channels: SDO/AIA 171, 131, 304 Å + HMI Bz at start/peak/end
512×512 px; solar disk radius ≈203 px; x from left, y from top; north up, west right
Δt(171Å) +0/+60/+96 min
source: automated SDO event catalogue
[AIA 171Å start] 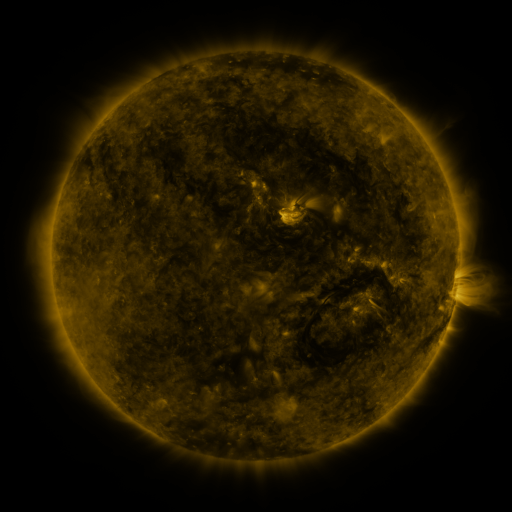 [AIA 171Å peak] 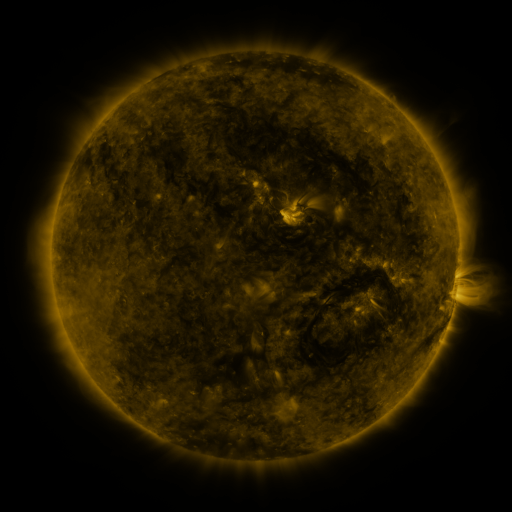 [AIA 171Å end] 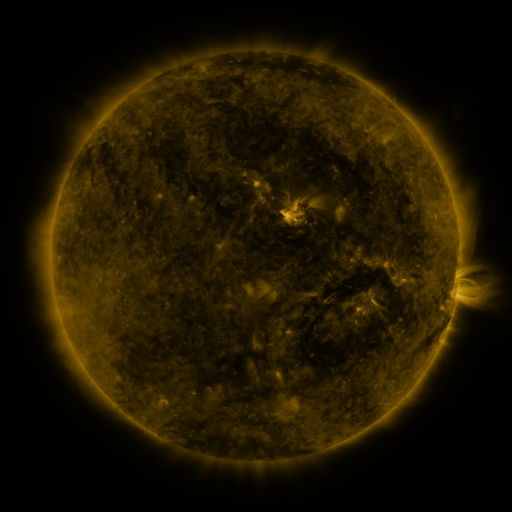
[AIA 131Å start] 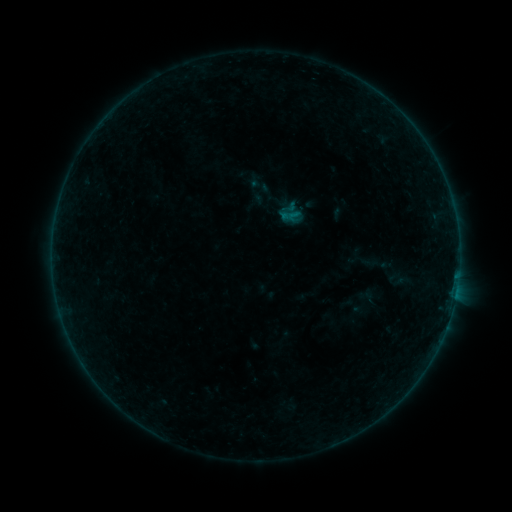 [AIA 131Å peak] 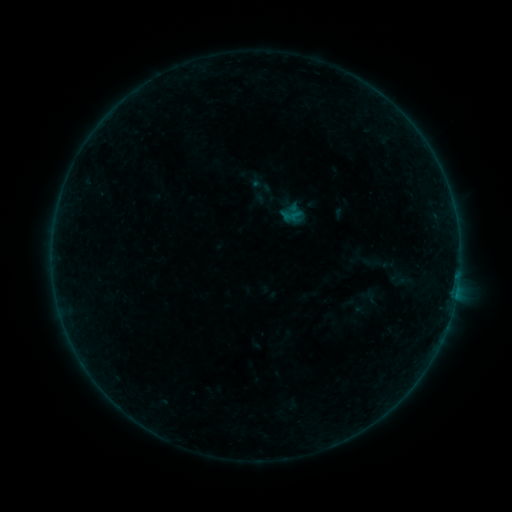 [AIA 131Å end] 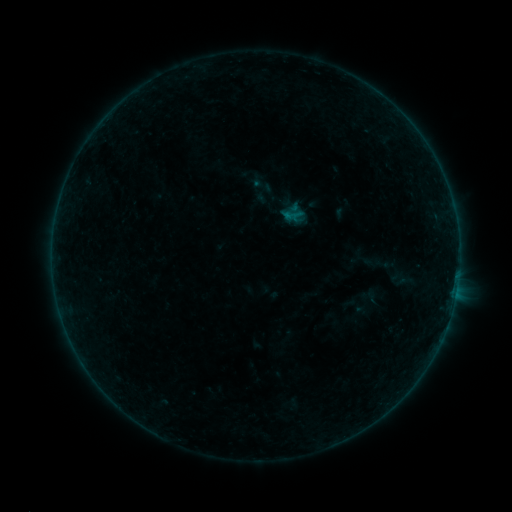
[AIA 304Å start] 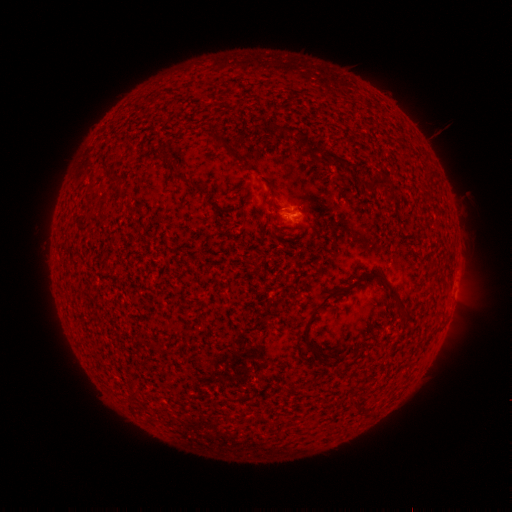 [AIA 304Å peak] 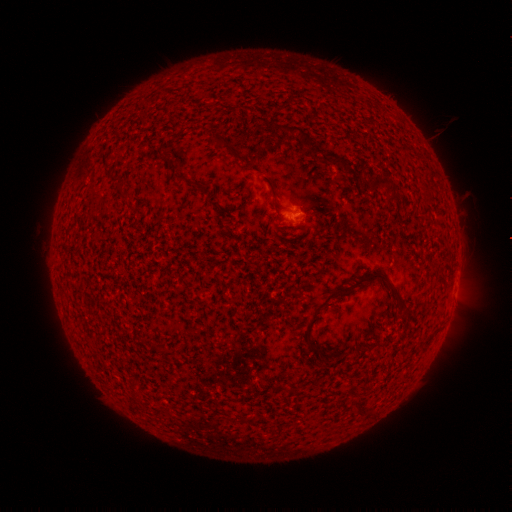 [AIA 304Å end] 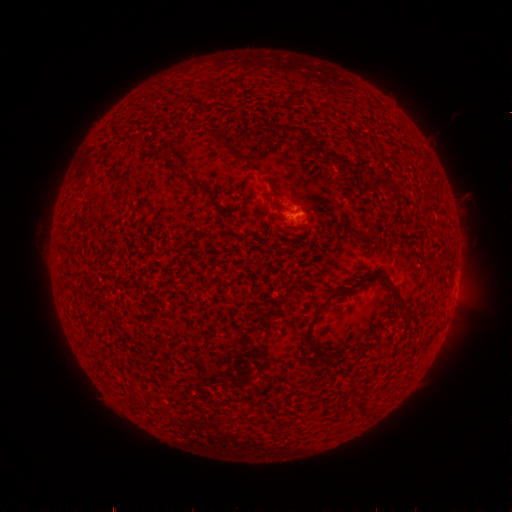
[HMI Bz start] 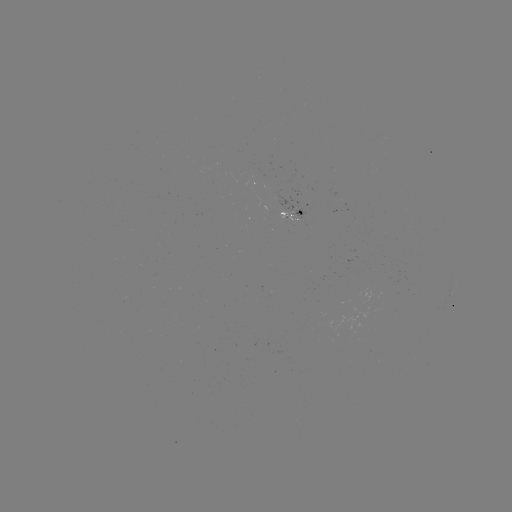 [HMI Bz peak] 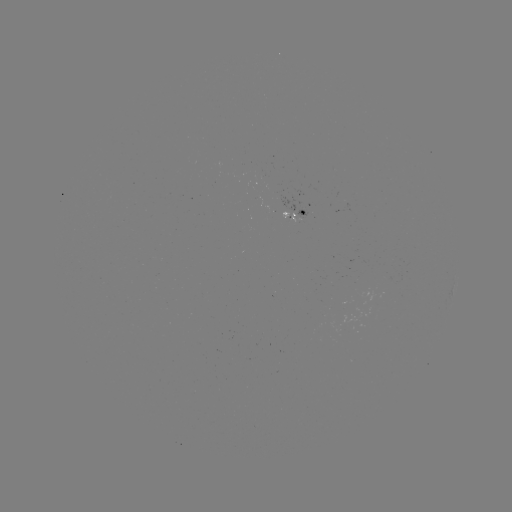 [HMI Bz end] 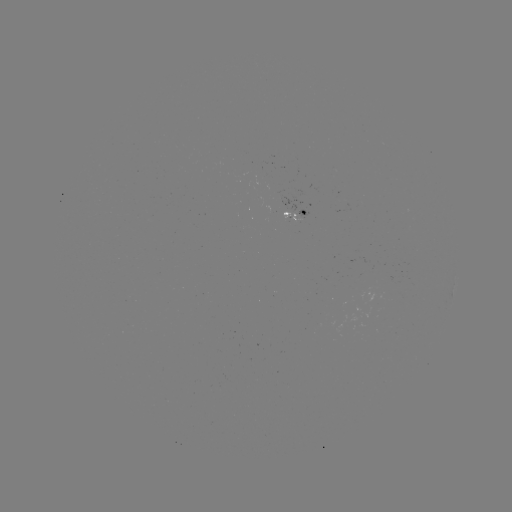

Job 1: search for emerging-flux region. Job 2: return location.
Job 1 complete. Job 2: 300,216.